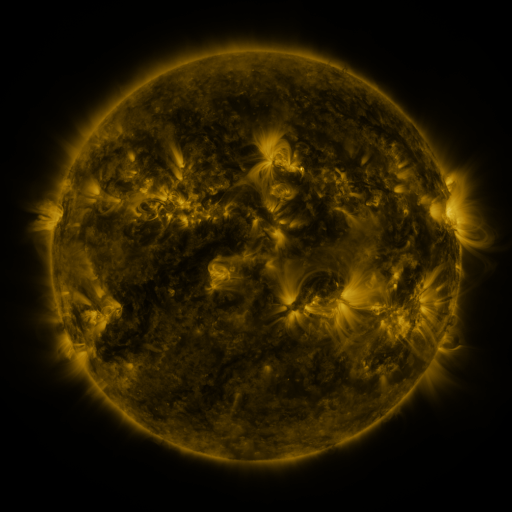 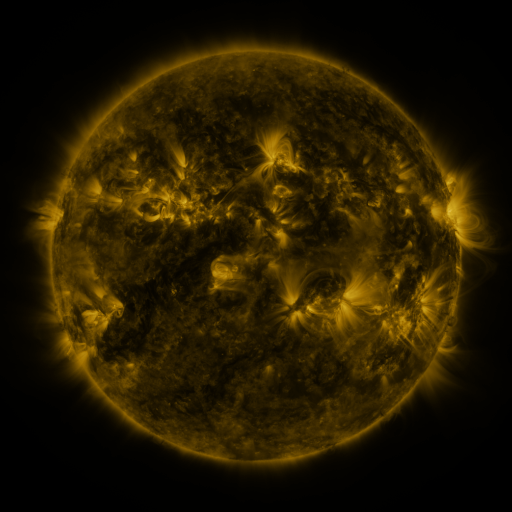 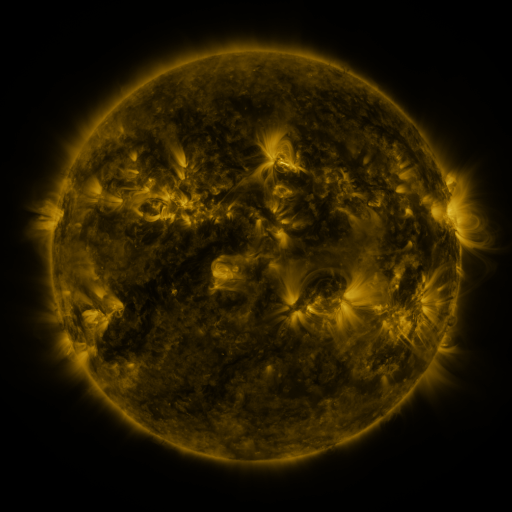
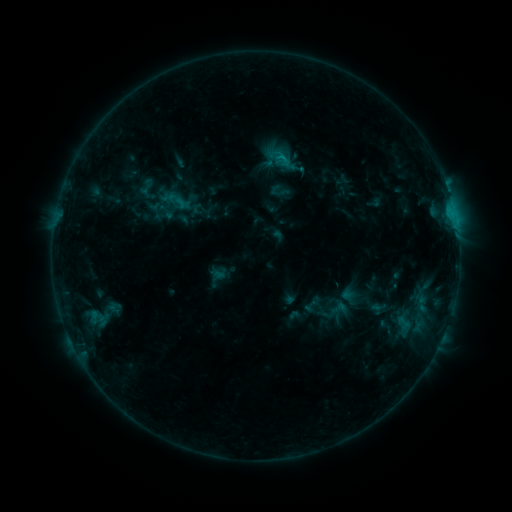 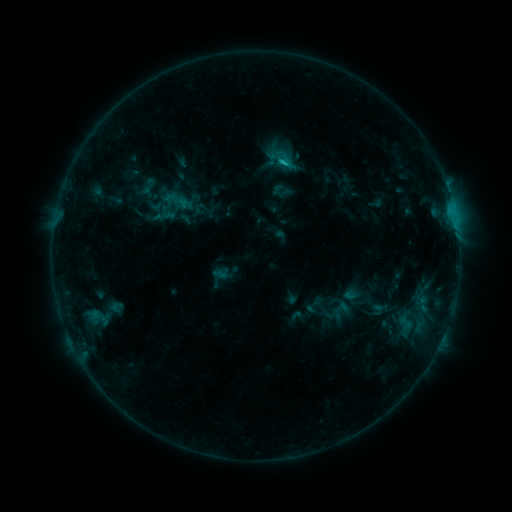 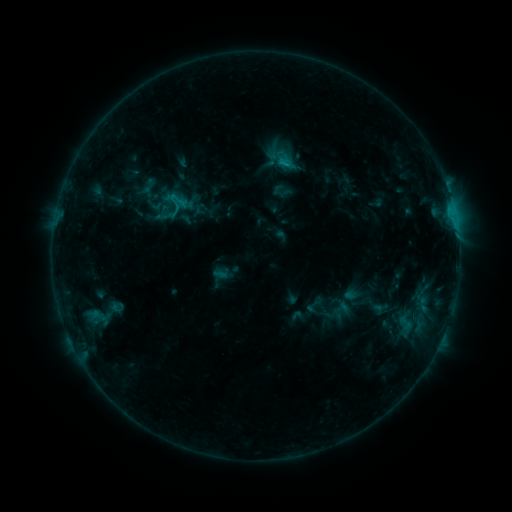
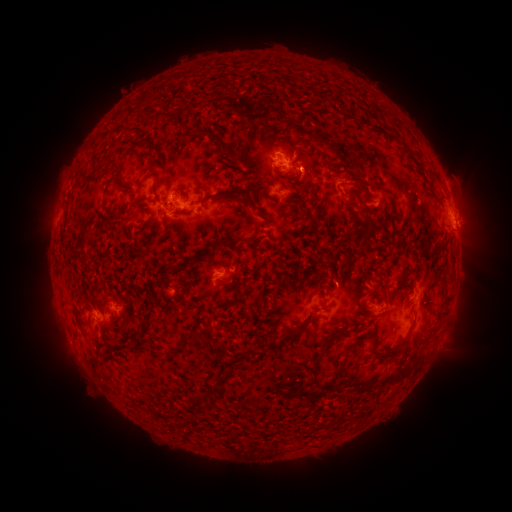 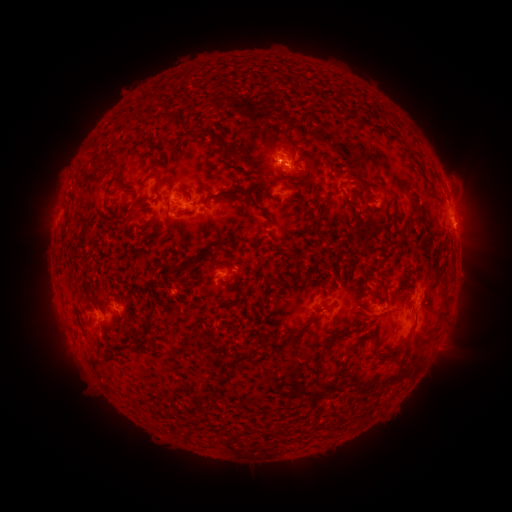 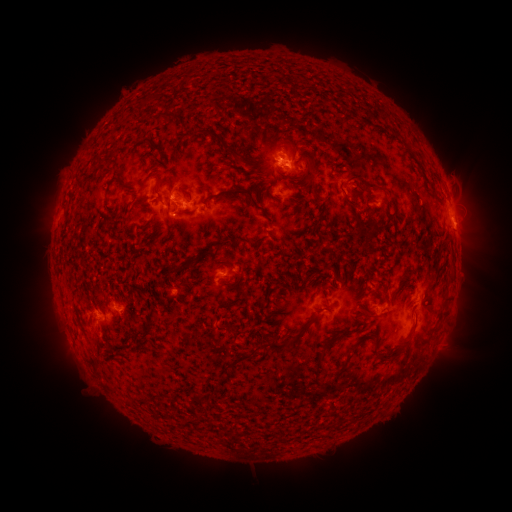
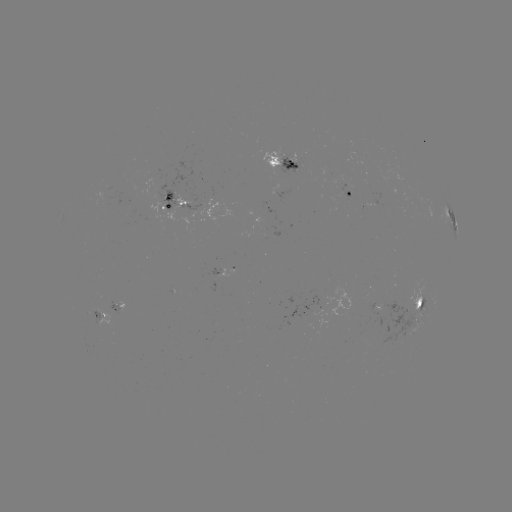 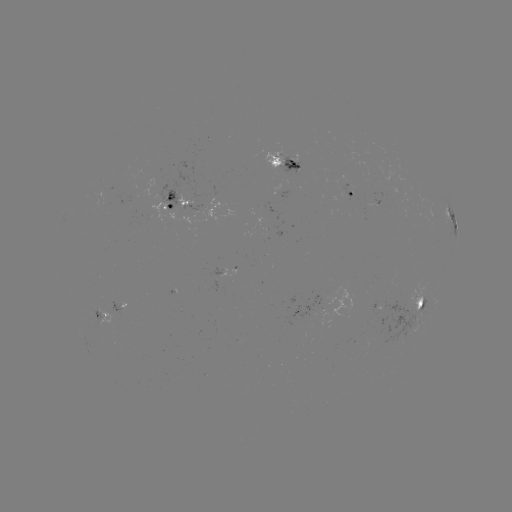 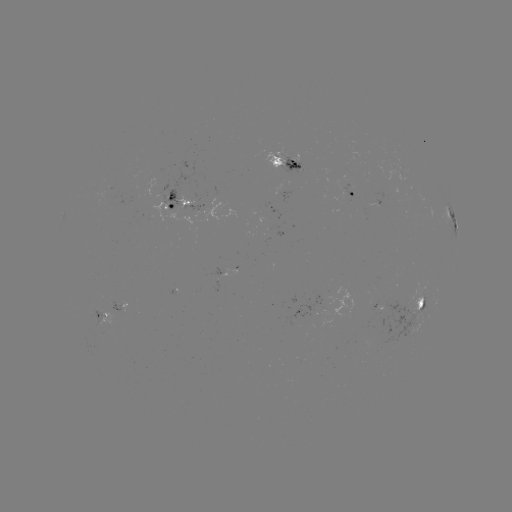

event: emerging-flux region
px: (115, 309)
